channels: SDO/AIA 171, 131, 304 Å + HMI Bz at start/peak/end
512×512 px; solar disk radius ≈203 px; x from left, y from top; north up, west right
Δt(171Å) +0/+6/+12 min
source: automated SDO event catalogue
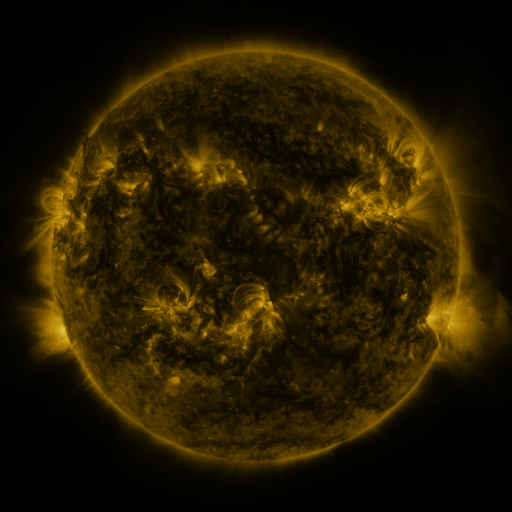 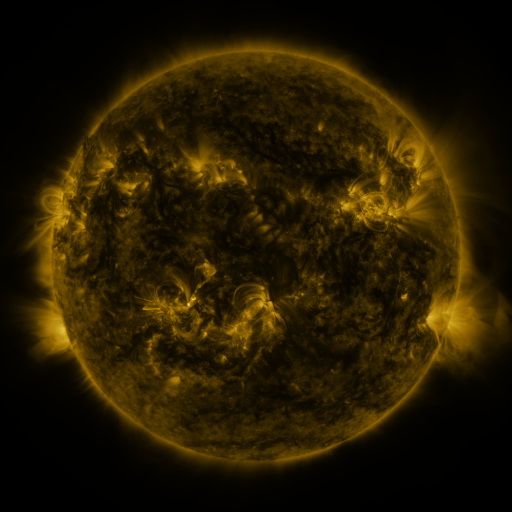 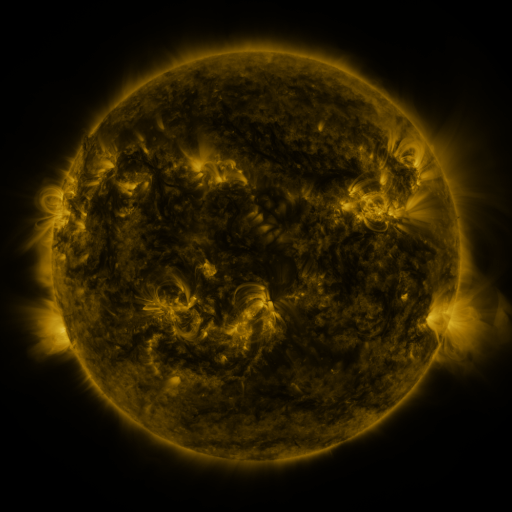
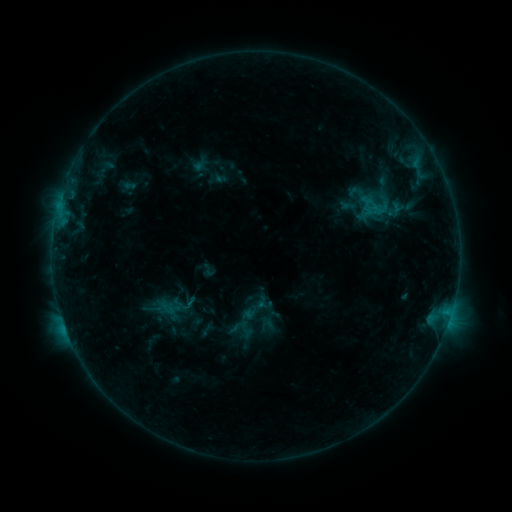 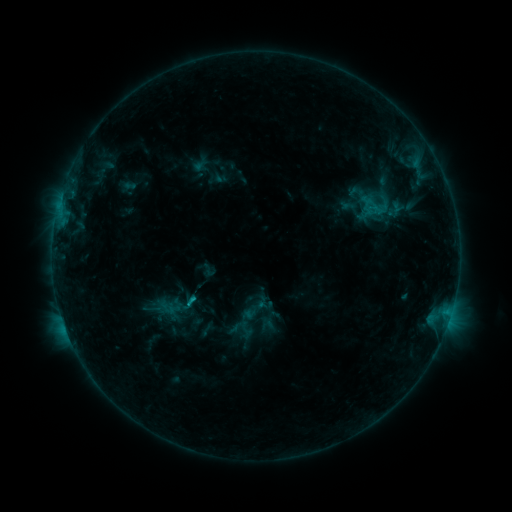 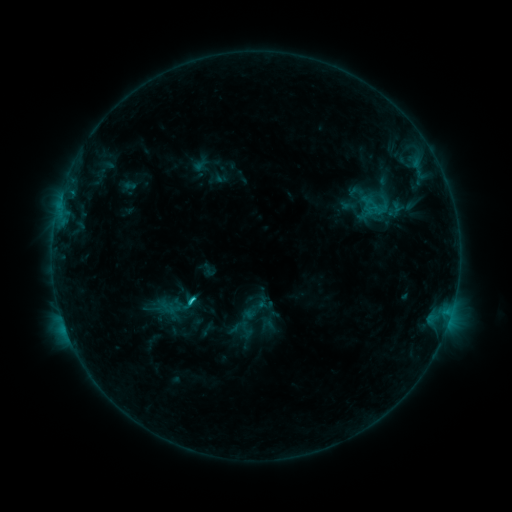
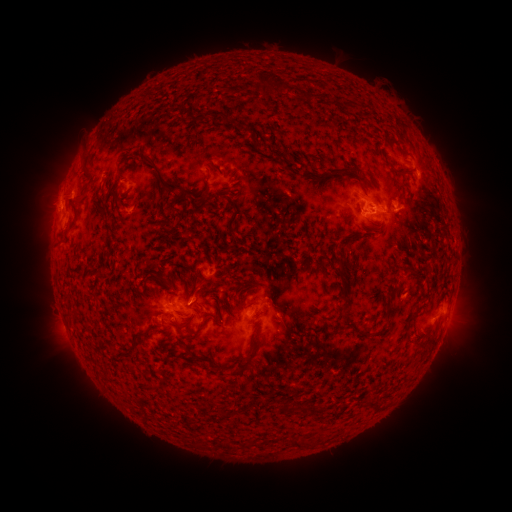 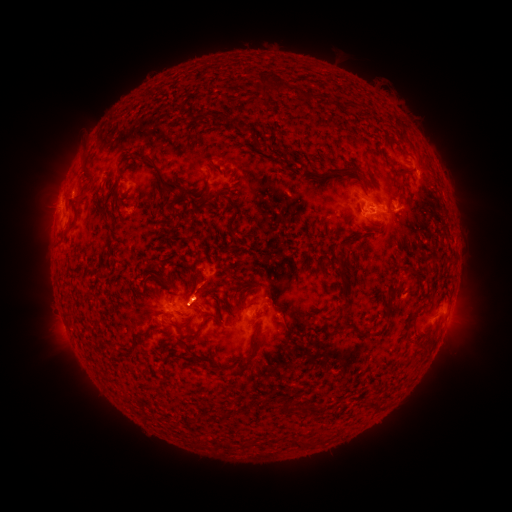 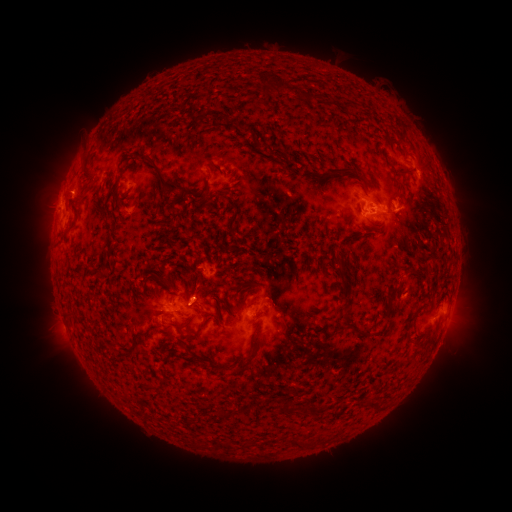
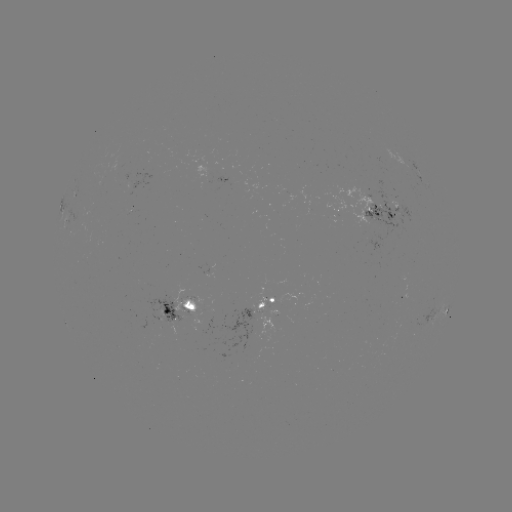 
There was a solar eruption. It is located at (199, 284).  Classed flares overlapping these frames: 1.